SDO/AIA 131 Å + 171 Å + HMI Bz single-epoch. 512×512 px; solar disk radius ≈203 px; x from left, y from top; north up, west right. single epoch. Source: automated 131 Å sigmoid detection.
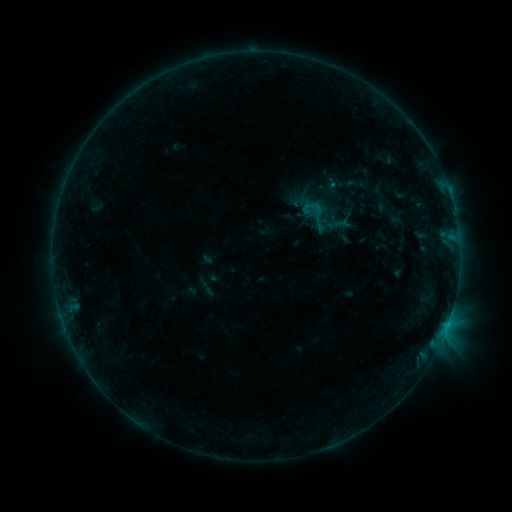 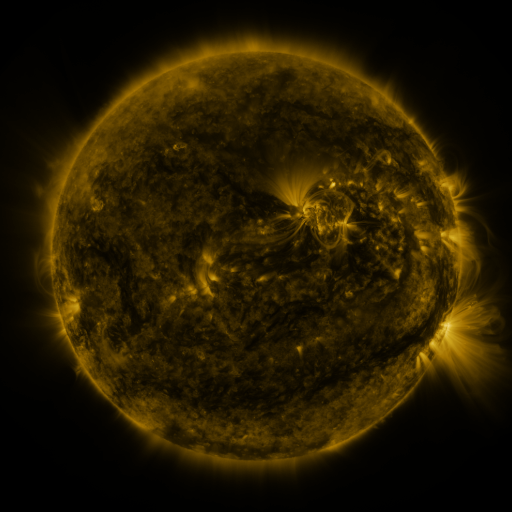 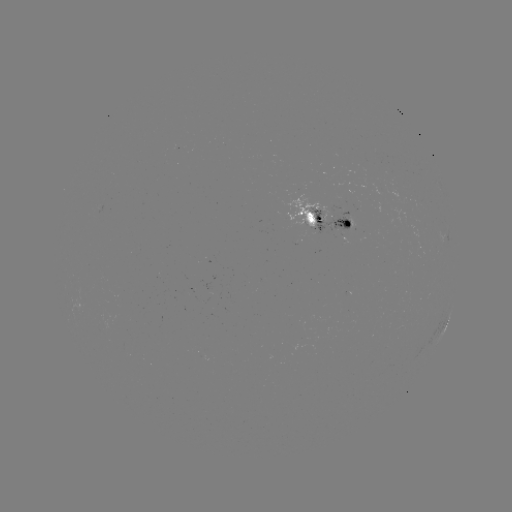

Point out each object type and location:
sigmoid: (316, 214)
